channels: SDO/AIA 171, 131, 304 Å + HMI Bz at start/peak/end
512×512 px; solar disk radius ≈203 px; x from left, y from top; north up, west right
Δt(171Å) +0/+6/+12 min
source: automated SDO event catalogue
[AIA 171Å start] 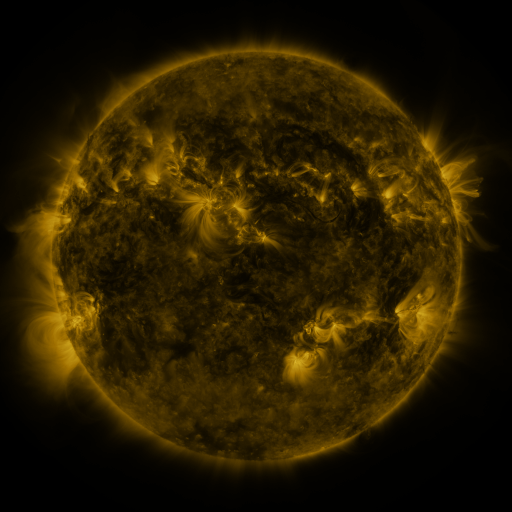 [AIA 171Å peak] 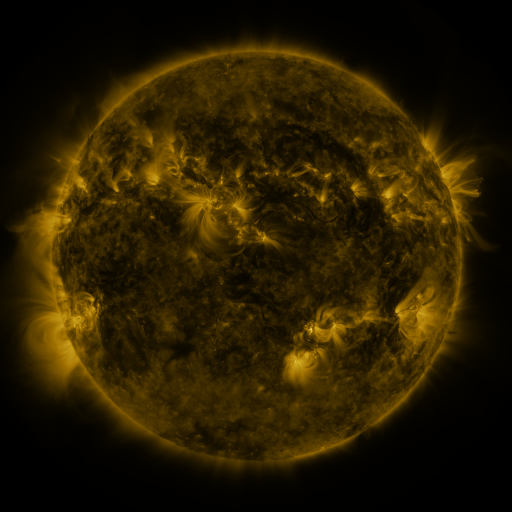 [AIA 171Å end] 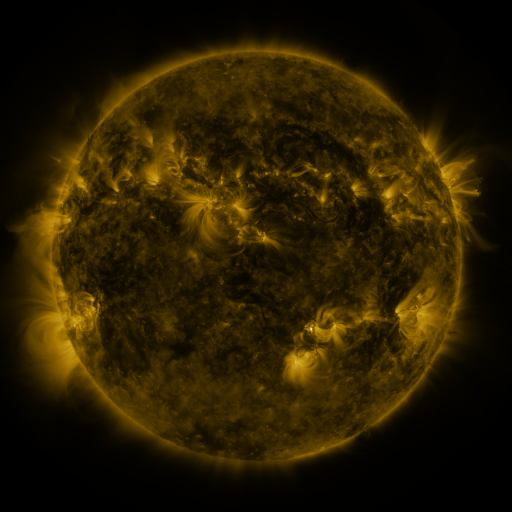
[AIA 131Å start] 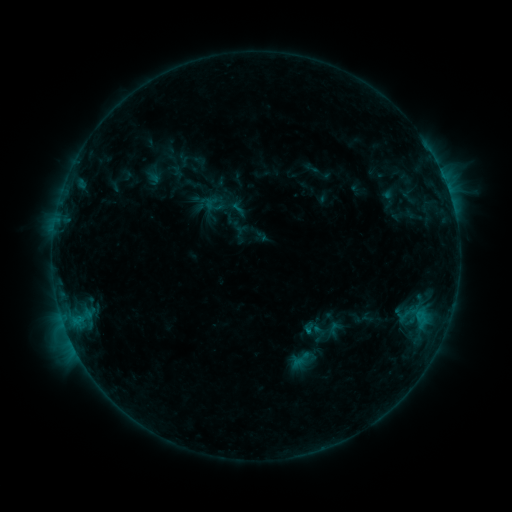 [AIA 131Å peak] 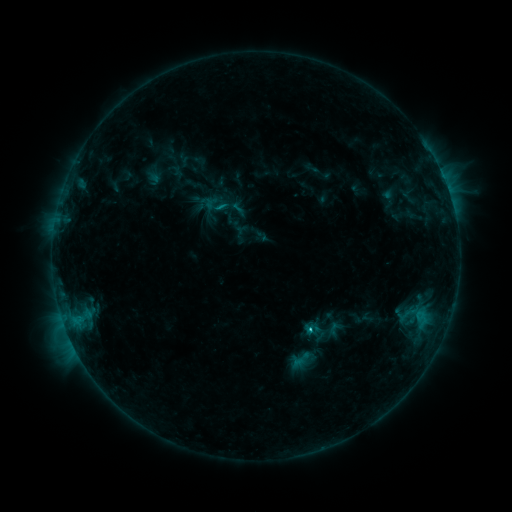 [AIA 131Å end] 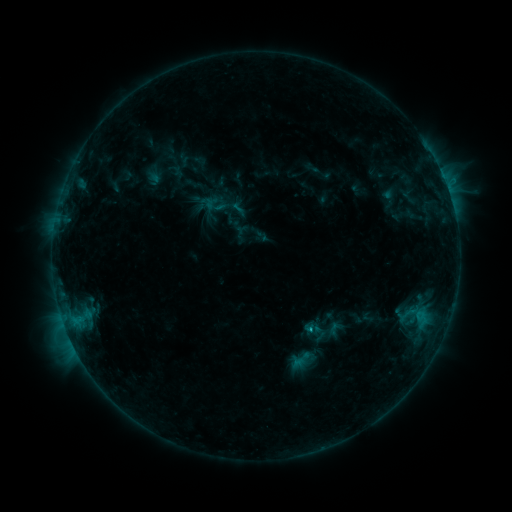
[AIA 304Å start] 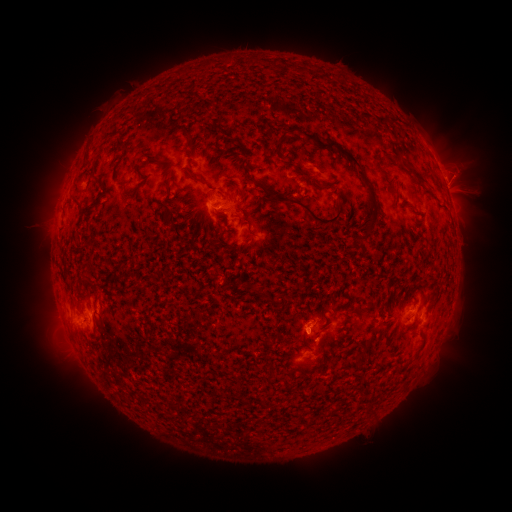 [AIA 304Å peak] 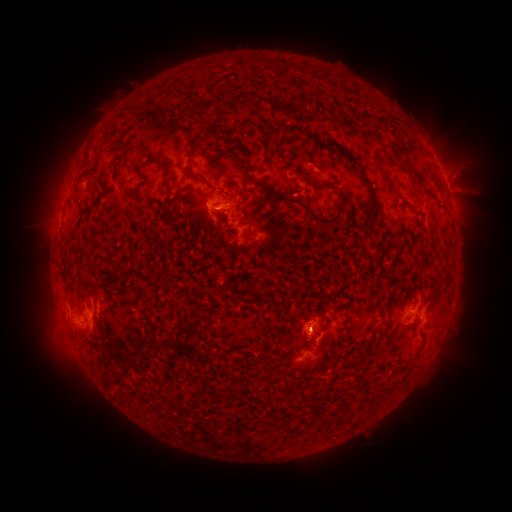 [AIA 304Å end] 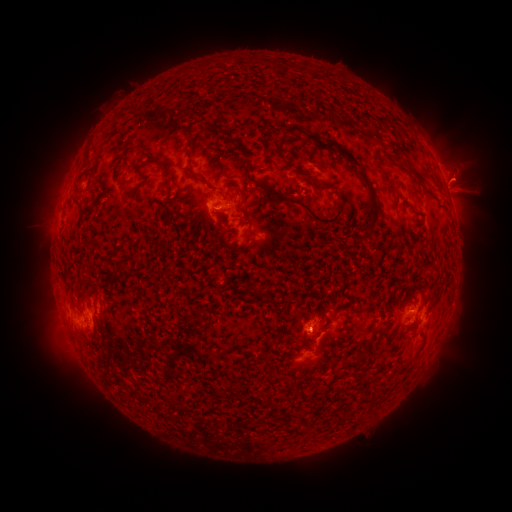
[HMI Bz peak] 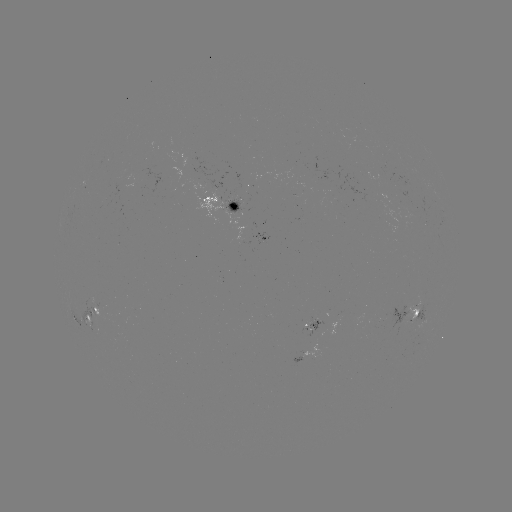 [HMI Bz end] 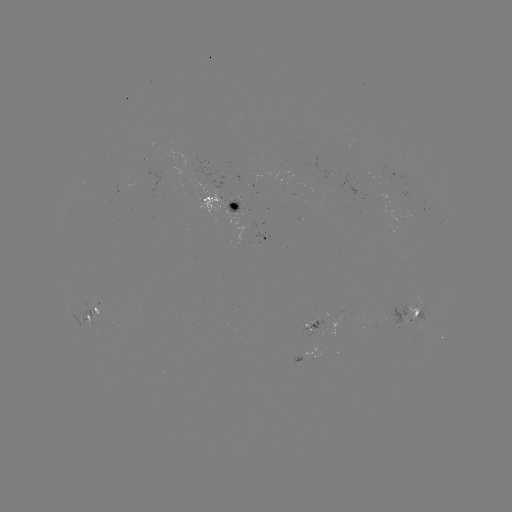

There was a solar flare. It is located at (307, 328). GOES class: C1.6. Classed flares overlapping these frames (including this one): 1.